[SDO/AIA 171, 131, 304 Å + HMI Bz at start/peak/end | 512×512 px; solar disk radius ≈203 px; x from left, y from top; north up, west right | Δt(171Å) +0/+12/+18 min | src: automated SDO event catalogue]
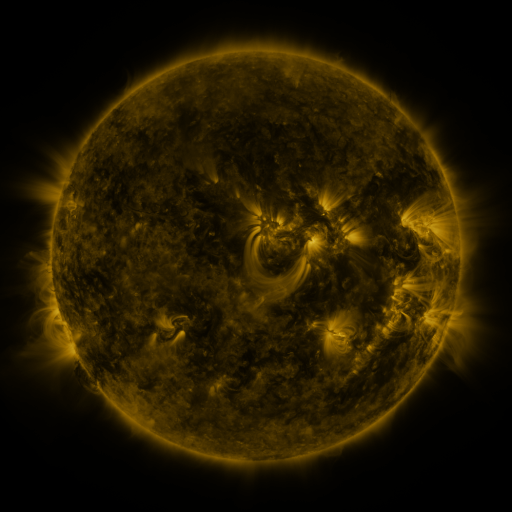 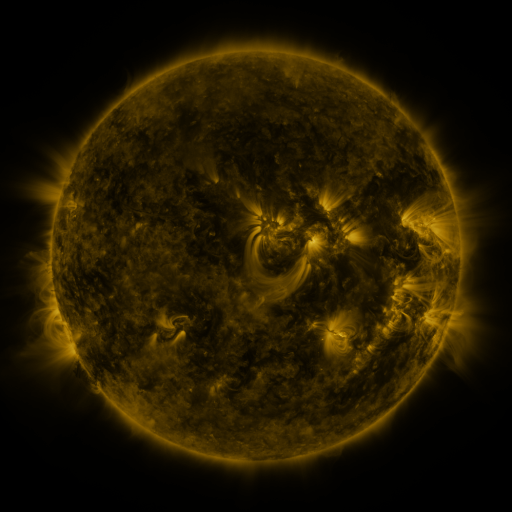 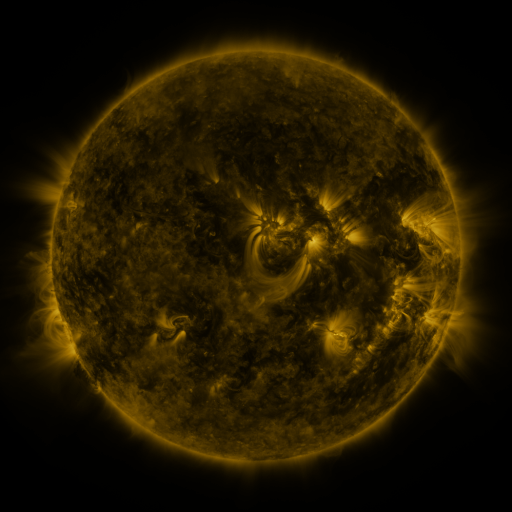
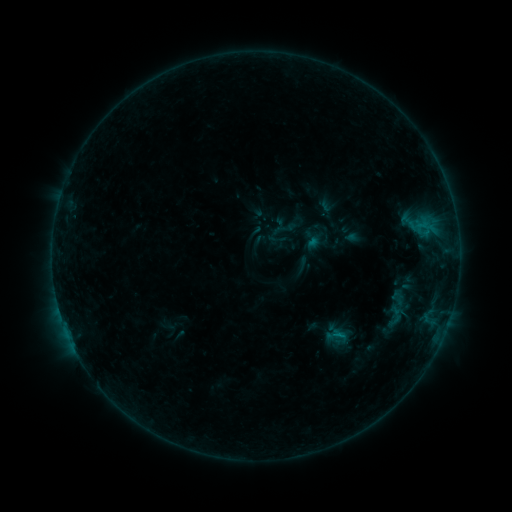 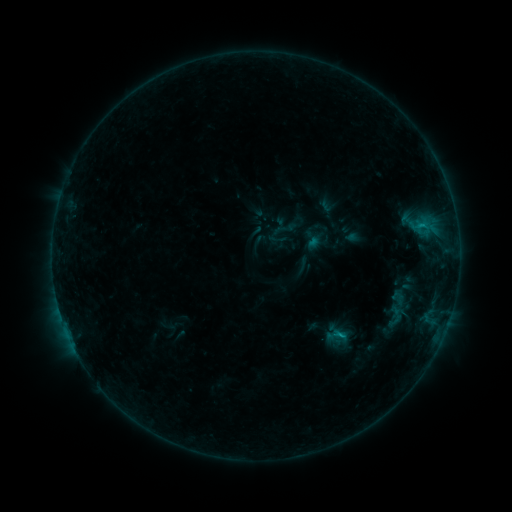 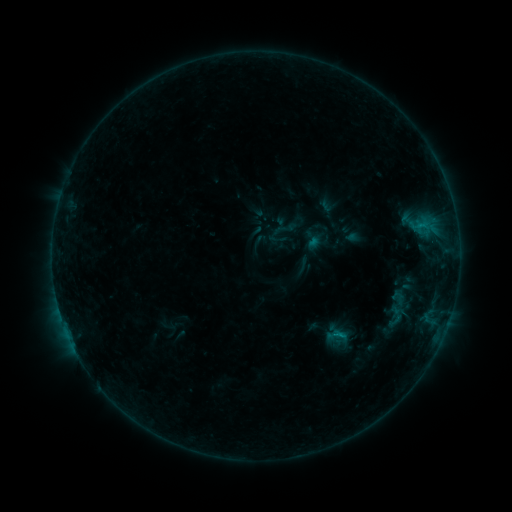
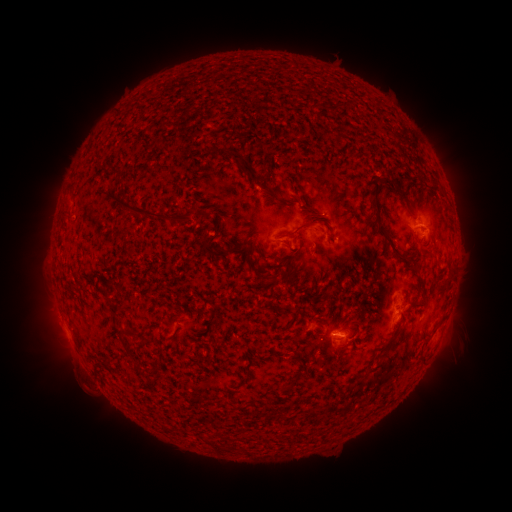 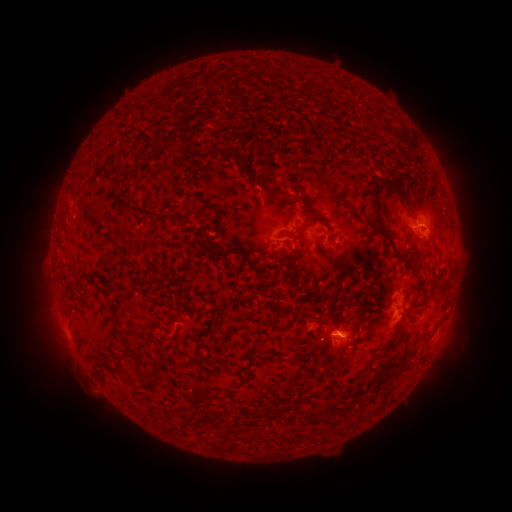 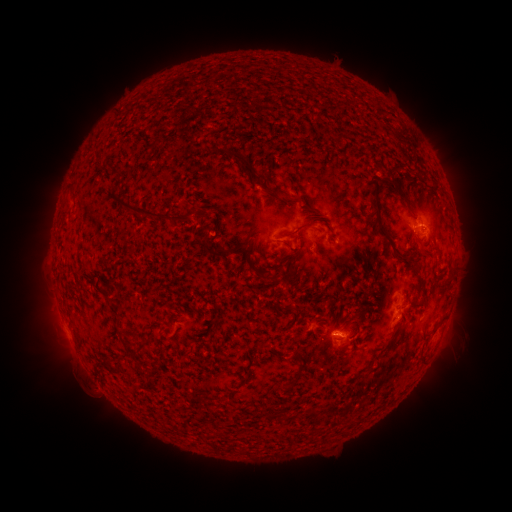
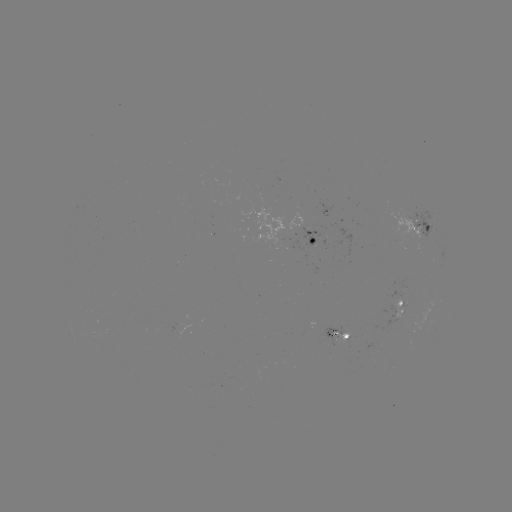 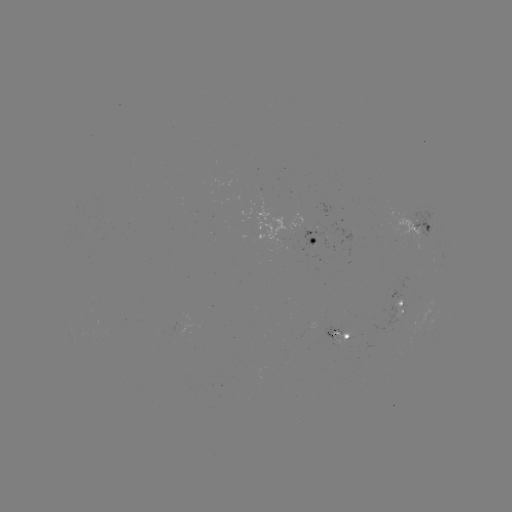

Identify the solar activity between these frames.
B6.6 flare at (421, 227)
